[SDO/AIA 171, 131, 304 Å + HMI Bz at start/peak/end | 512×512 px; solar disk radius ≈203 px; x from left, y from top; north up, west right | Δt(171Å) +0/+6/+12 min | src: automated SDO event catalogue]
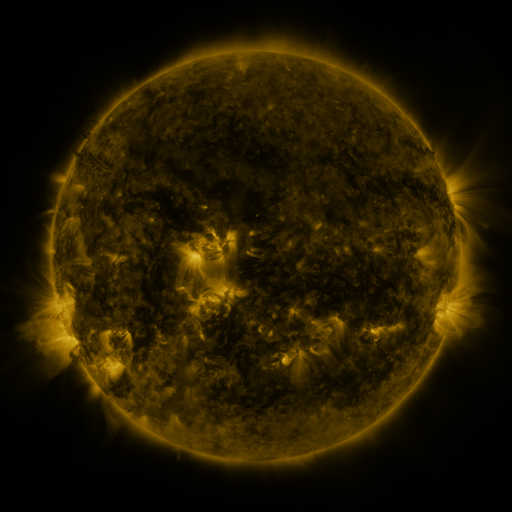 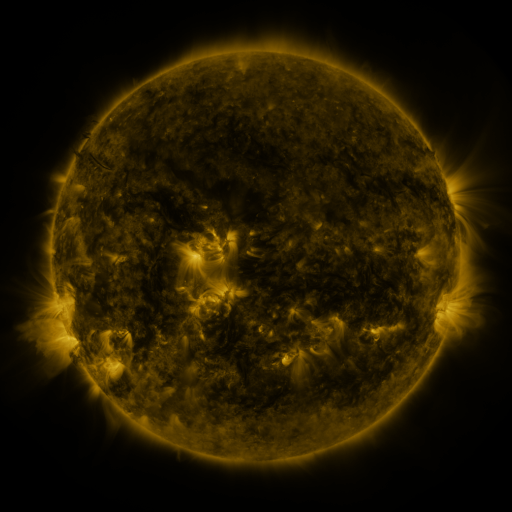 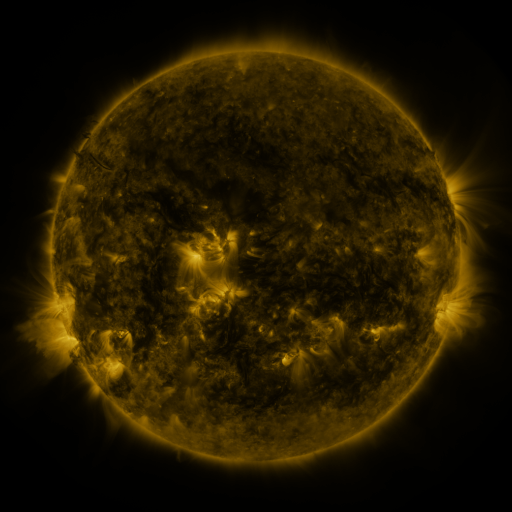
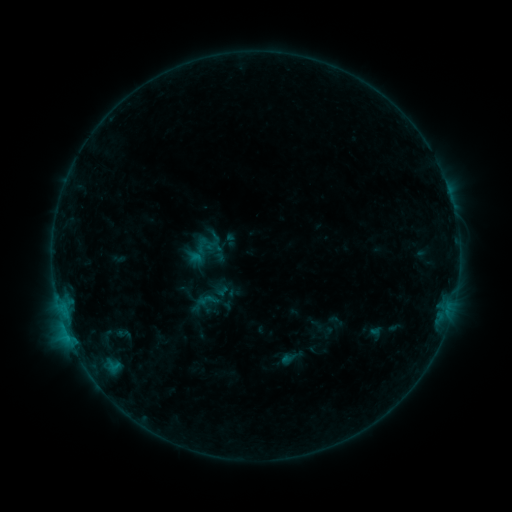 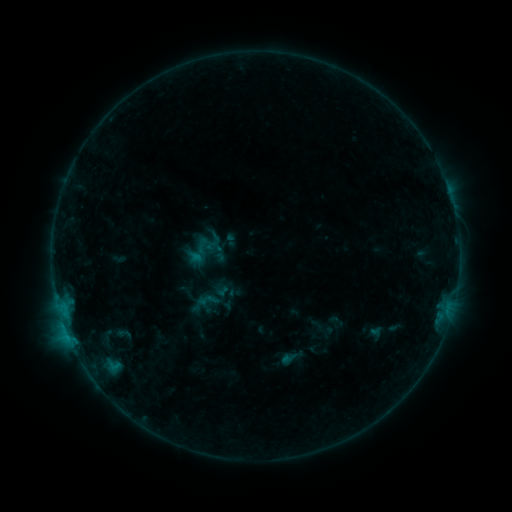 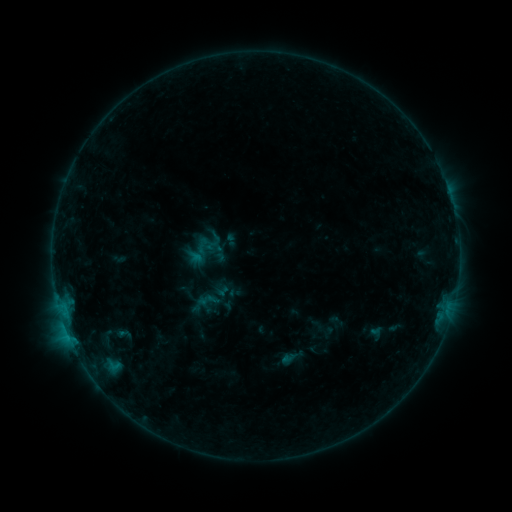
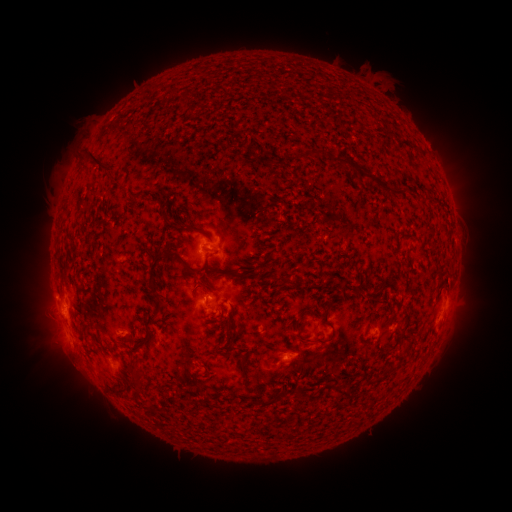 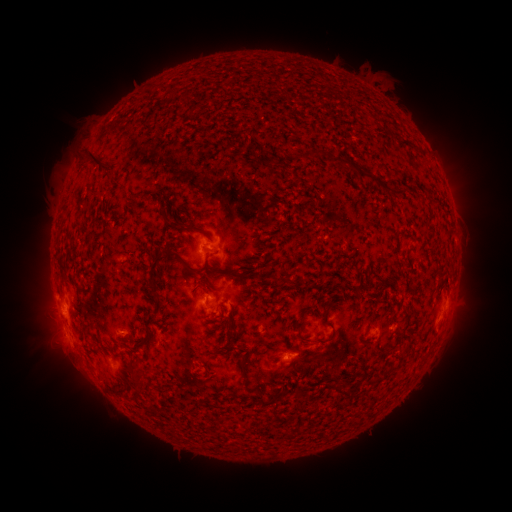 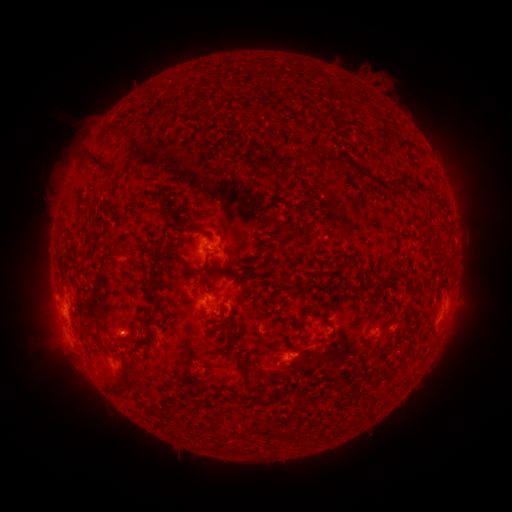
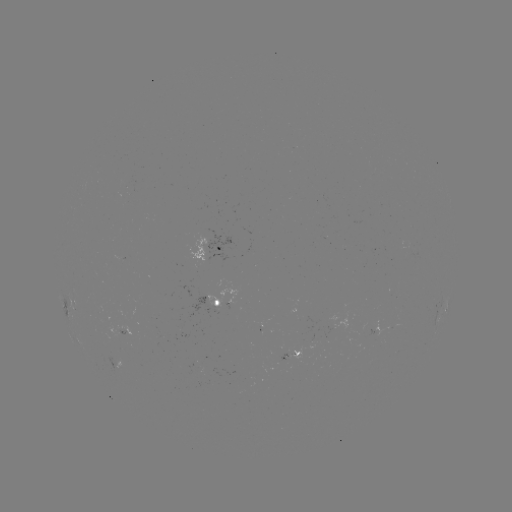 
no catalogued flare and no flagged EUV brightening in this window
